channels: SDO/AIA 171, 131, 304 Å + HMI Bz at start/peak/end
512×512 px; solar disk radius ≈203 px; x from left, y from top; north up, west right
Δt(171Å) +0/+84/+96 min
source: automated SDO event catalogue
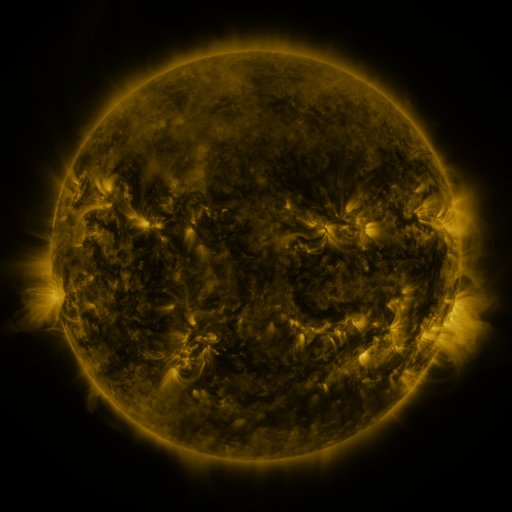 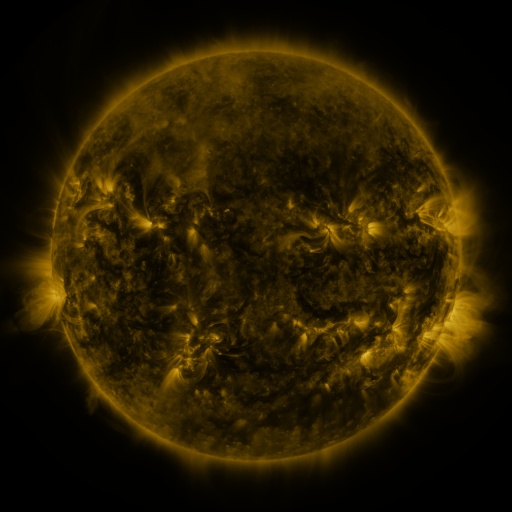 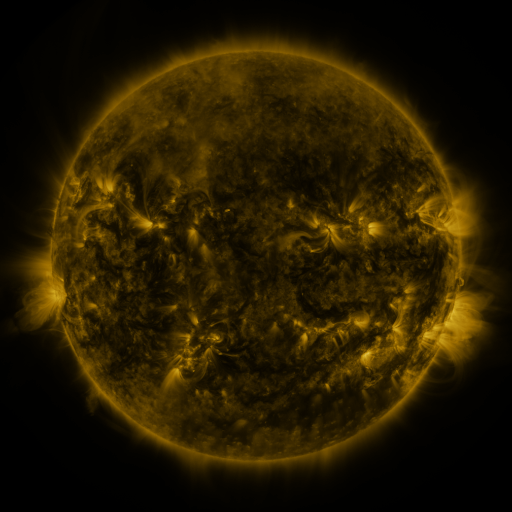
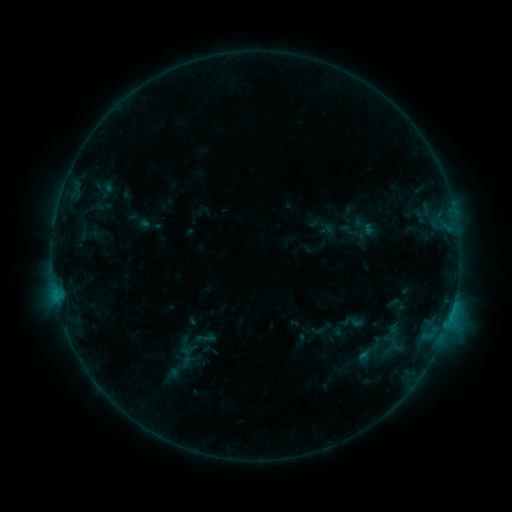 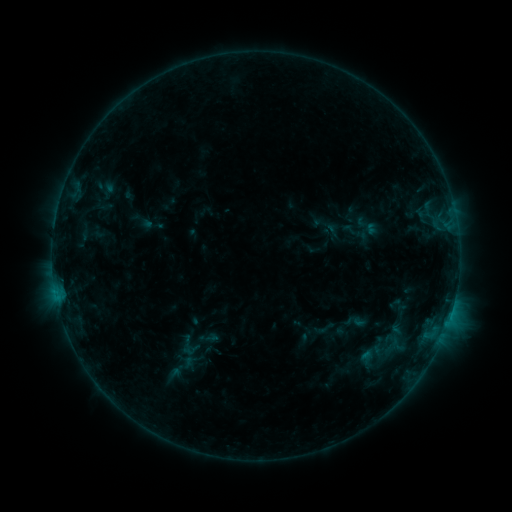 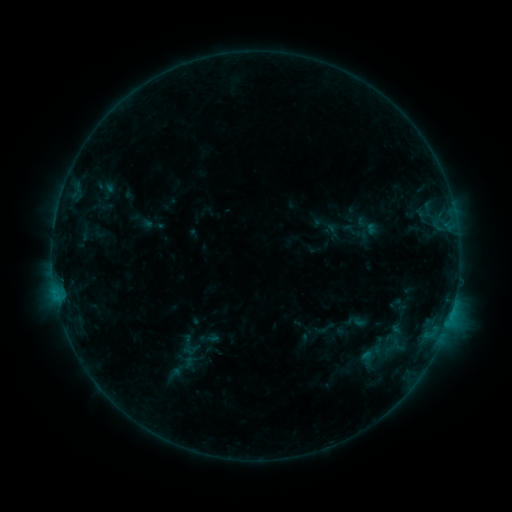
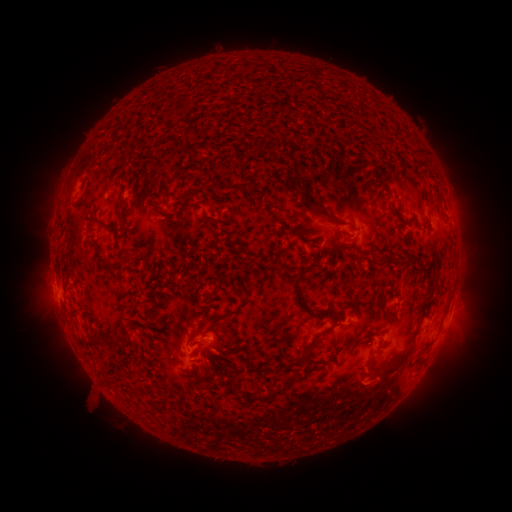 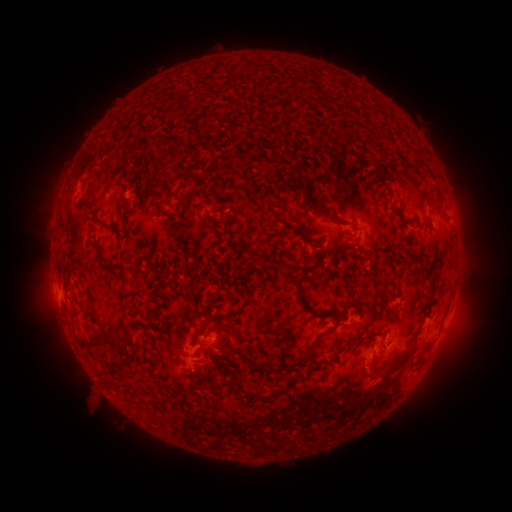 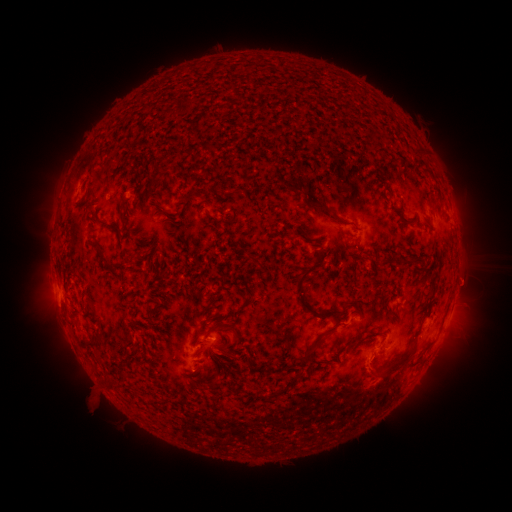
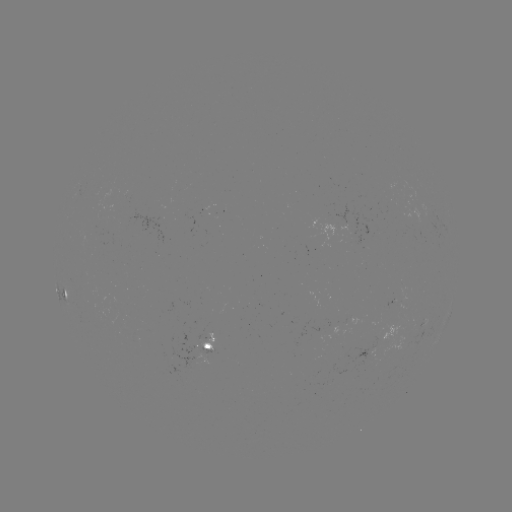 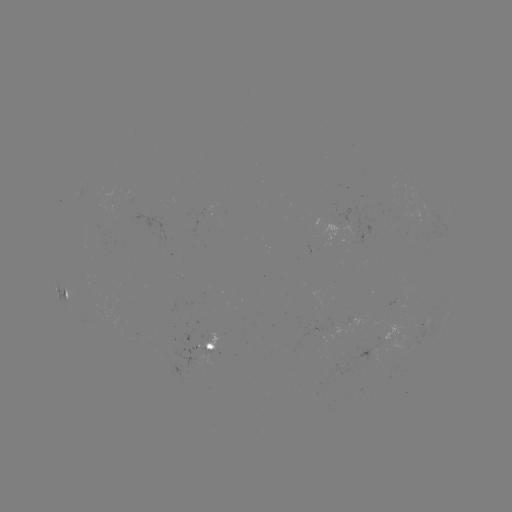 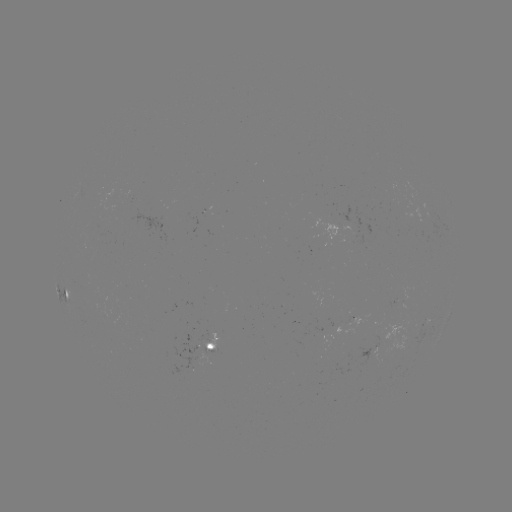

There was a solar emerging-flux region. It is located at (208, 338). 